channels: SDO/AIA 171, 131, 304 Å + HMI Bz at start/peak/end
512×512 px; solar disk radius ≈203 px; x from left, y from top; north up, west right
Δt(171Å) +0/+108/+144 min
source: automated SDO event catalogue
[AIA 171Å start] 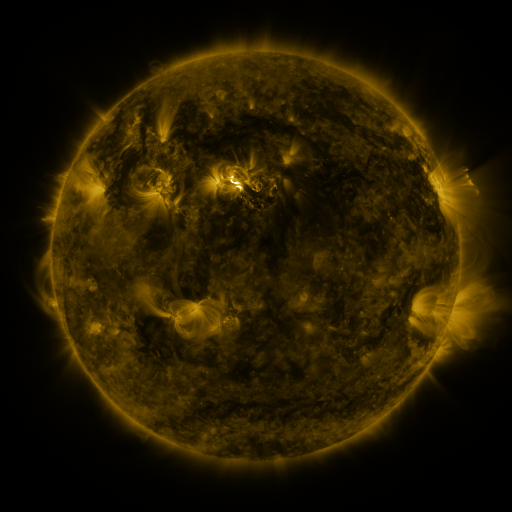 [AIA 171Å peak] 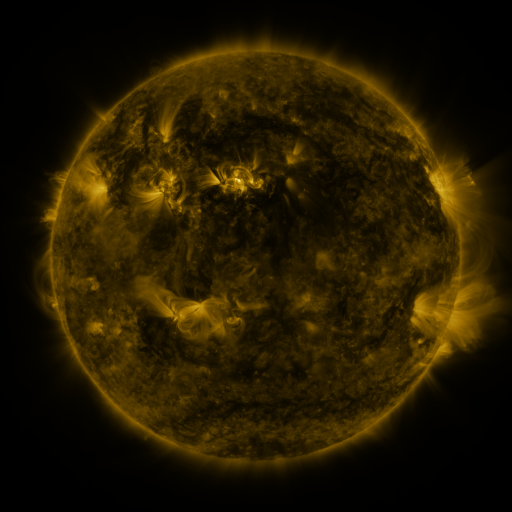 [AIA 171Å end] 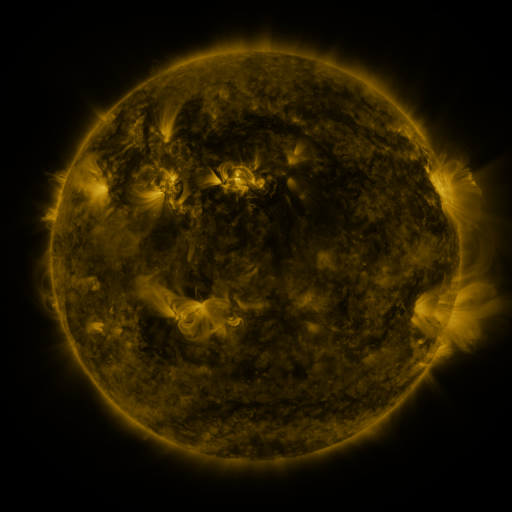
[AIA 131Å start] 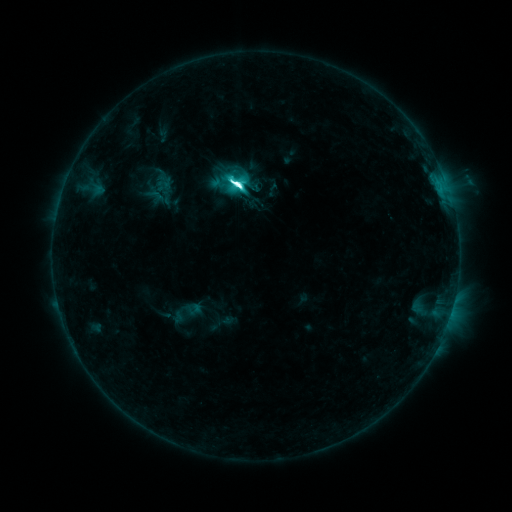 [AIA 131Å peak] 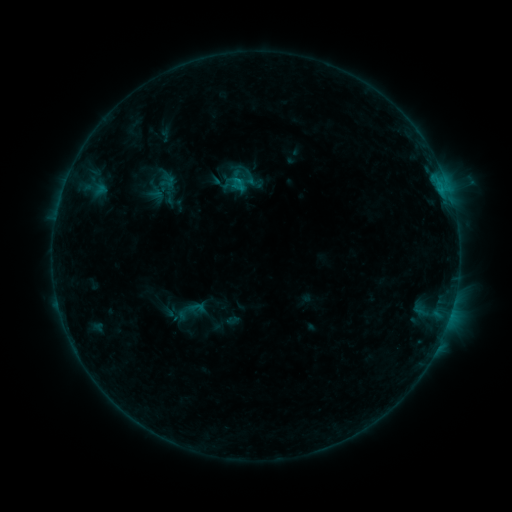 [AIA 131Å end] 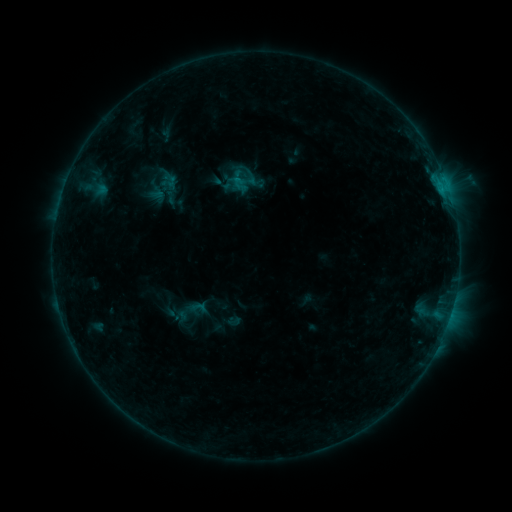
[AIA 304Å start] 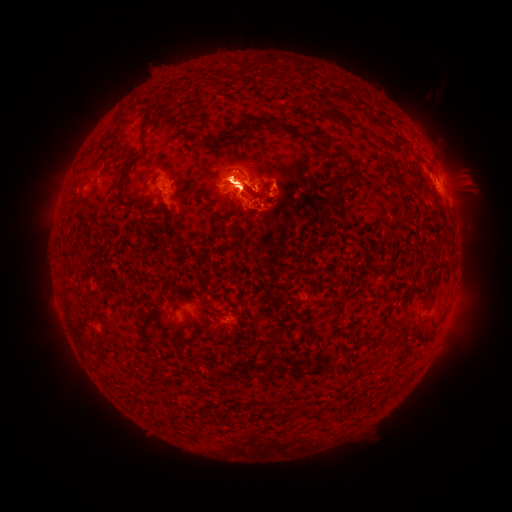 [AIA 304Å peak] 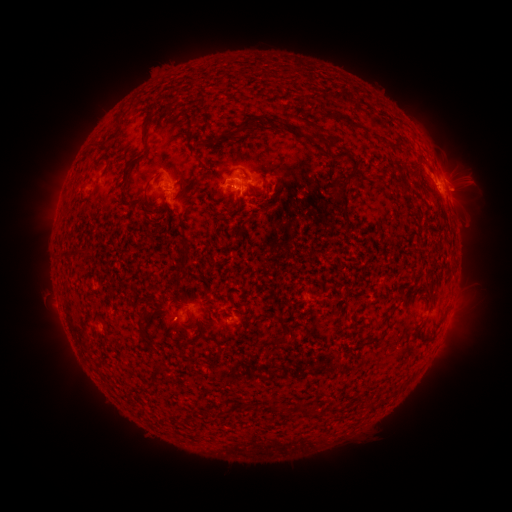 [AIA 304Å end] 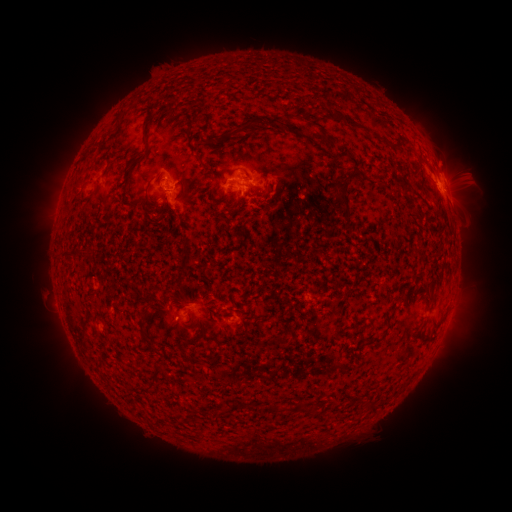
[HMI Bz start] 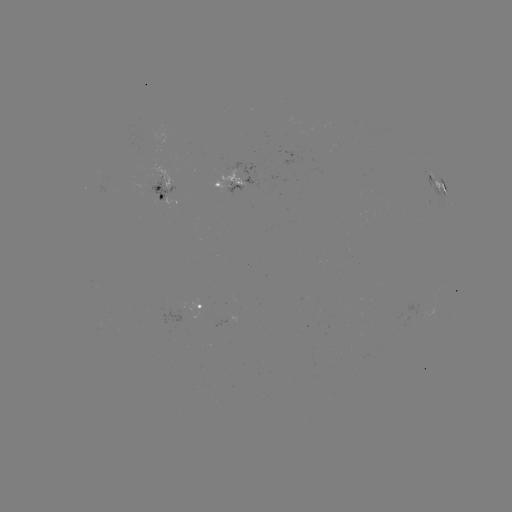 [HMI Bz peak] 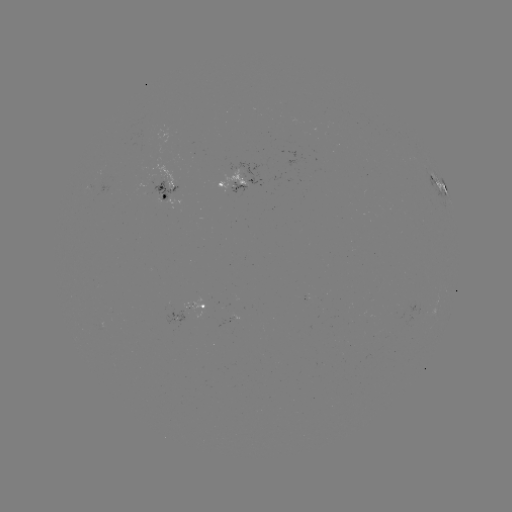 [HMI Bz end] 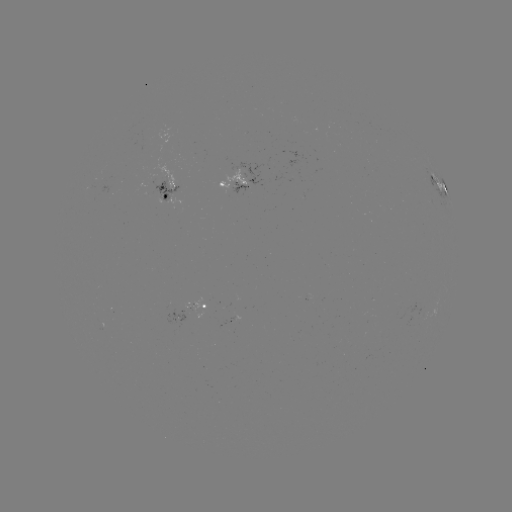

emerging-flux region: [99, 165, 105, 182]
